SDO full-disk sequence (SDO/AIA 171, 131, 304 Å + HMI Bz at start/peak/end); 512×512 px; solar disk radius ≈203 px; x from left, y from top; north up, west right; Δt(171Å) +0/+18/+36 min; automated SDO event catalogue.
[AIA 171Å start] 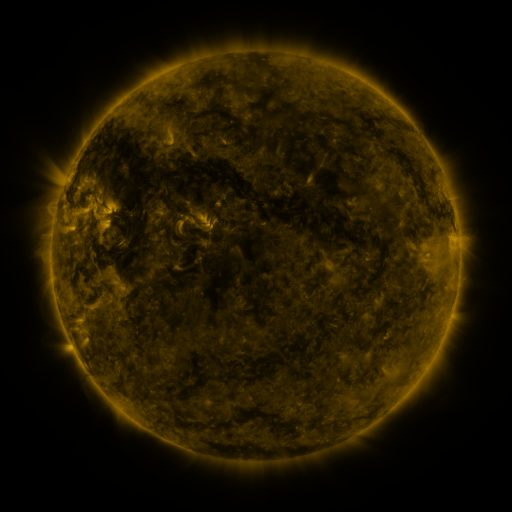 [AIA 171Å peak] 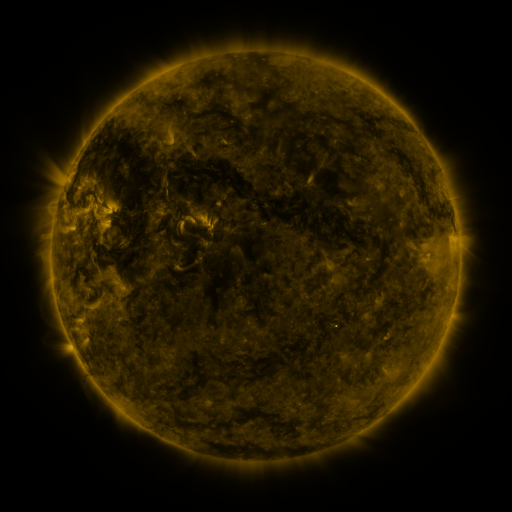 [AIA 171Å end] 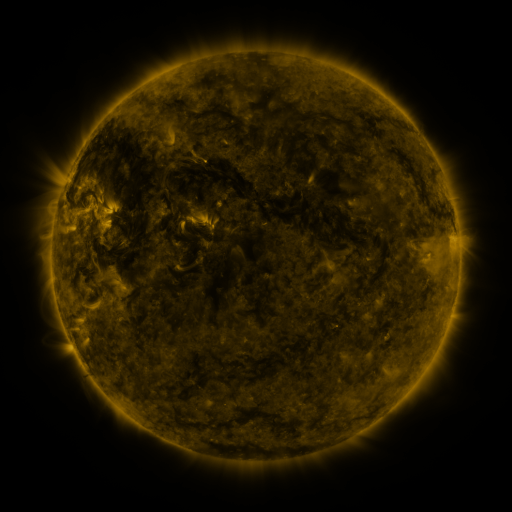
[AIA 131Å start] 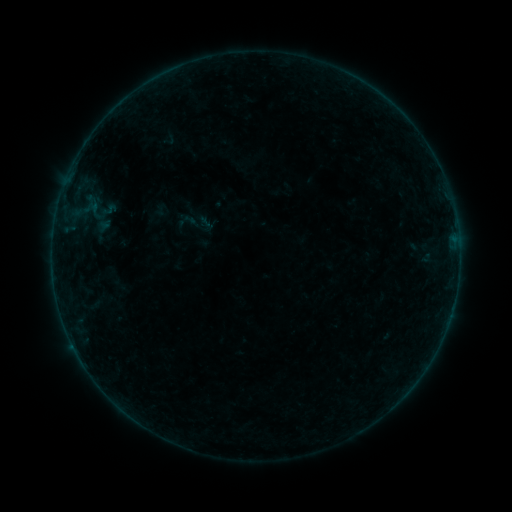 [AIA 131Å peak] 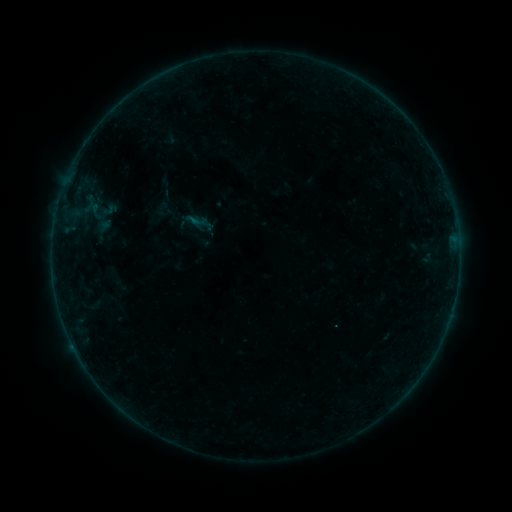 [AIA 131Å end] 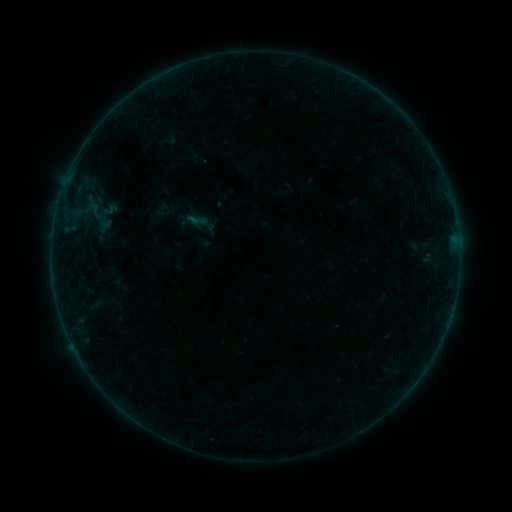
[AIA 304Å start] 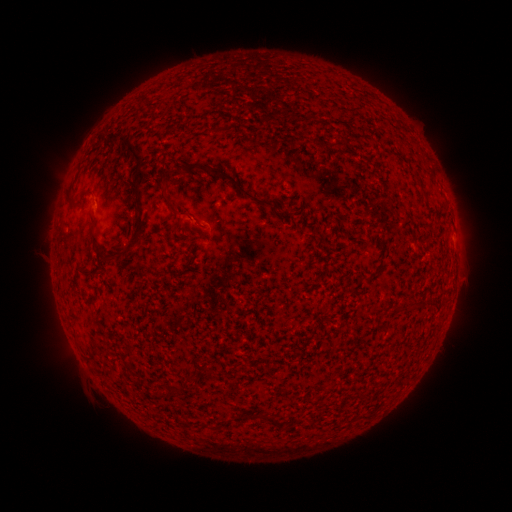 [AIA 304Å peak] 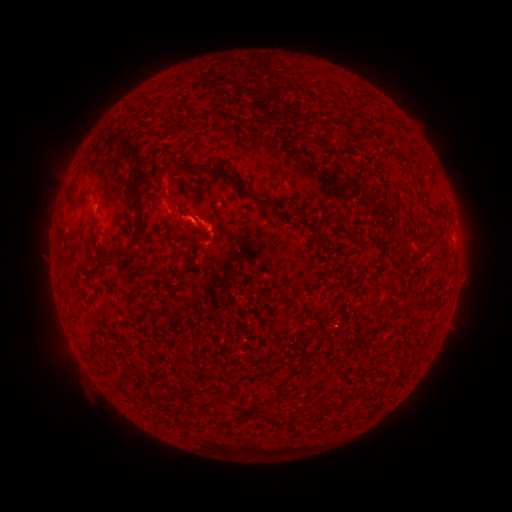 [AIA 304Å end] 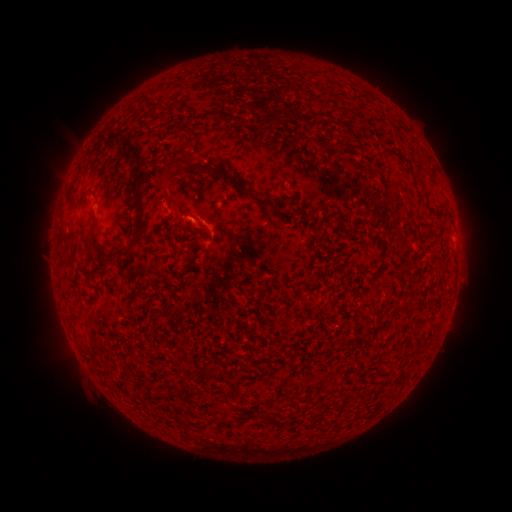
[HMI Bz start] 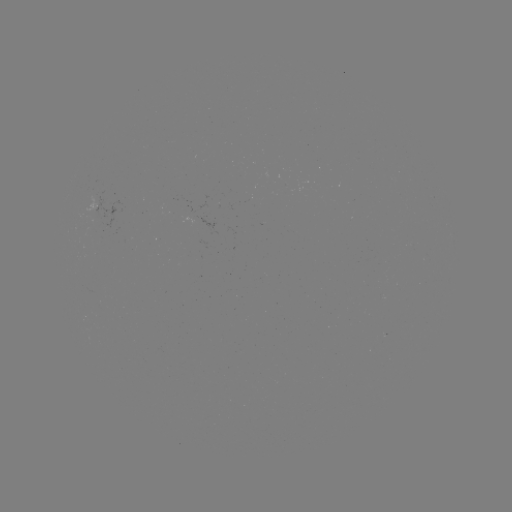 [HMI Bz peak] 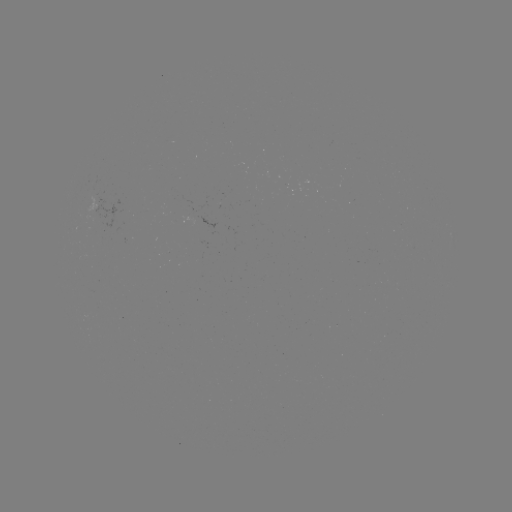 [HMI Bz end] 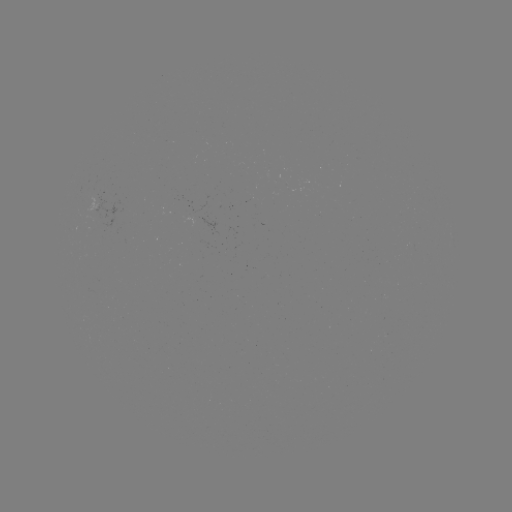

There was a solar flare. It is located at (197, 222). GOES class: B2.2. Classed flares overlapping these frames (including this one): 1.